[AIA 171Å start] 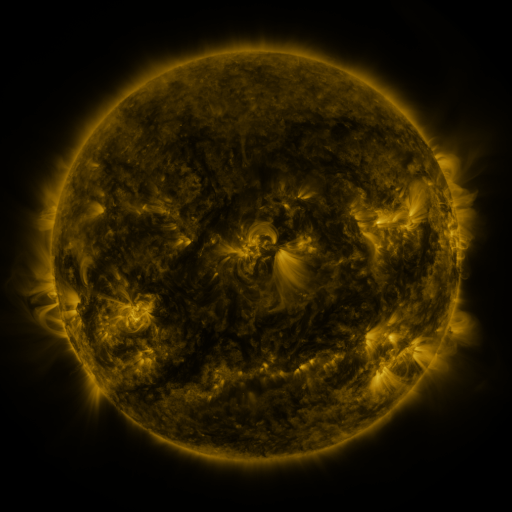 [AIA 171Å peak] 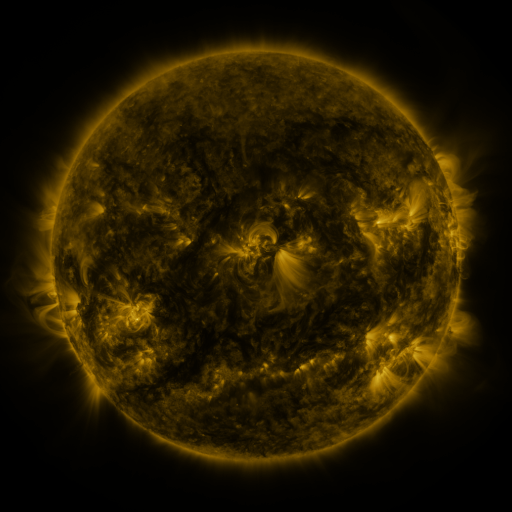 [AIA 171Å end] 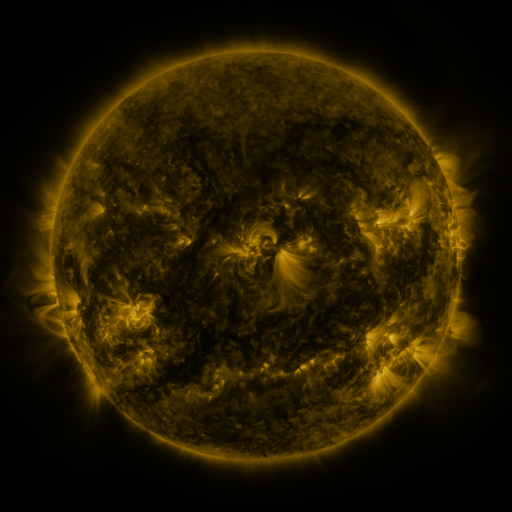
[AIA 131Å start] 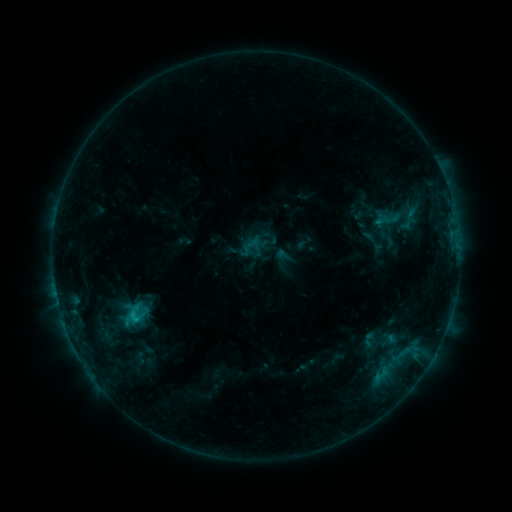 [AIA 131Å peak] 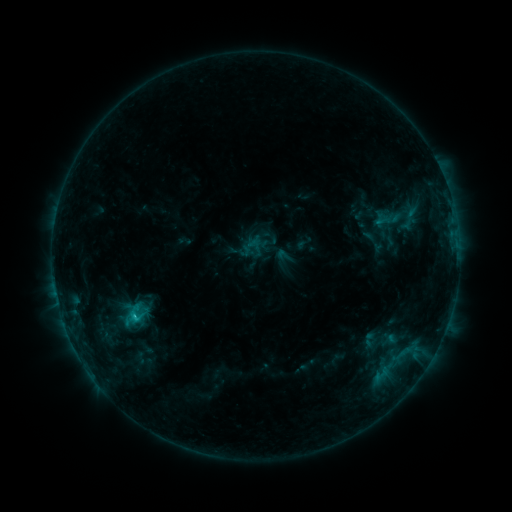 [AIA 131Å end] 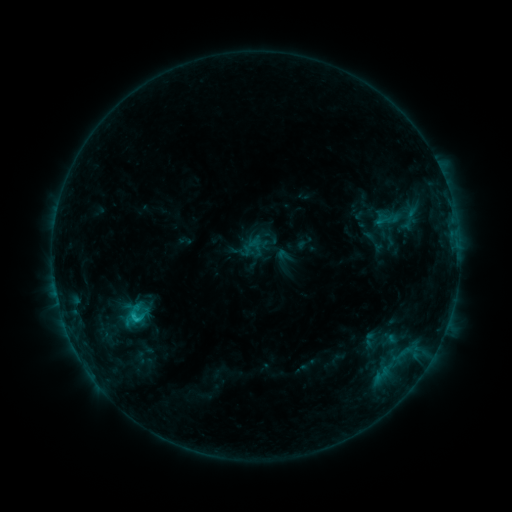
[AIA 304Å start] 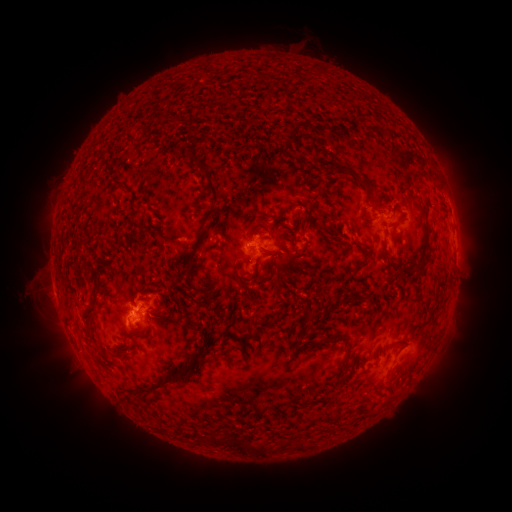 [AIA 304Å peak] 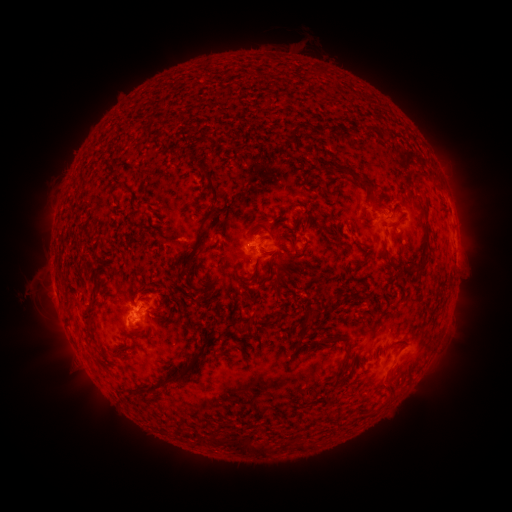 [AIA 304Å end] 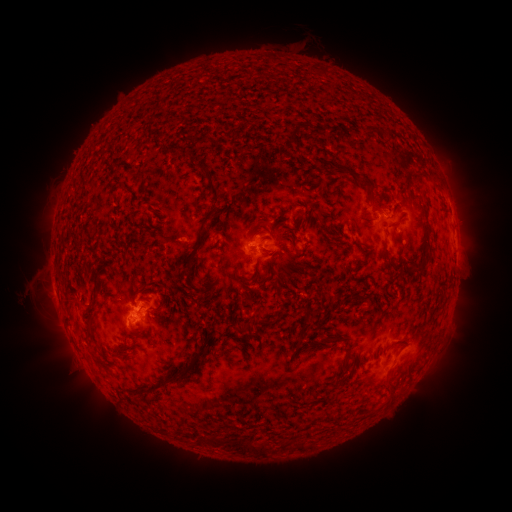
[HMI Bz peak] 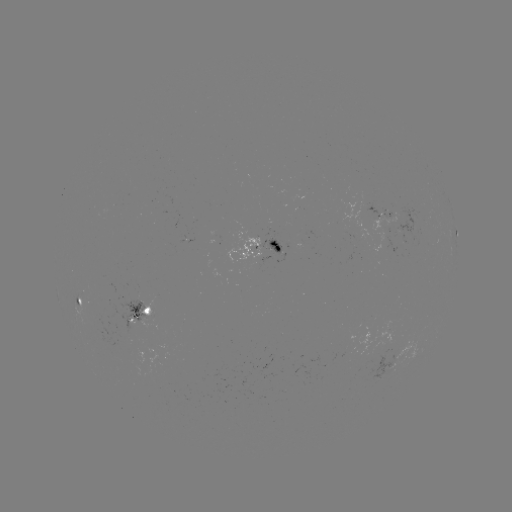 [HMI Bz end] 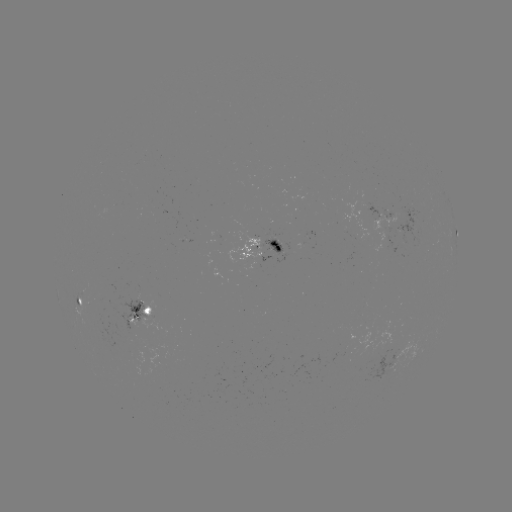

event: flare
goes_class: C1.0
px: (136, 315)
